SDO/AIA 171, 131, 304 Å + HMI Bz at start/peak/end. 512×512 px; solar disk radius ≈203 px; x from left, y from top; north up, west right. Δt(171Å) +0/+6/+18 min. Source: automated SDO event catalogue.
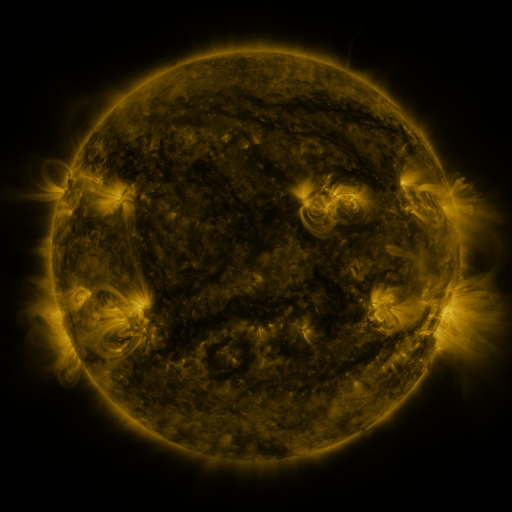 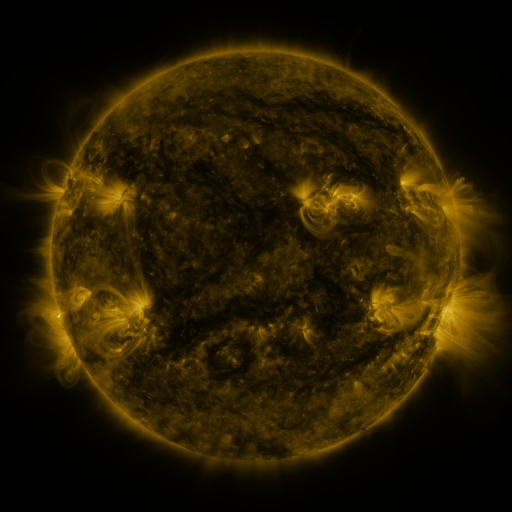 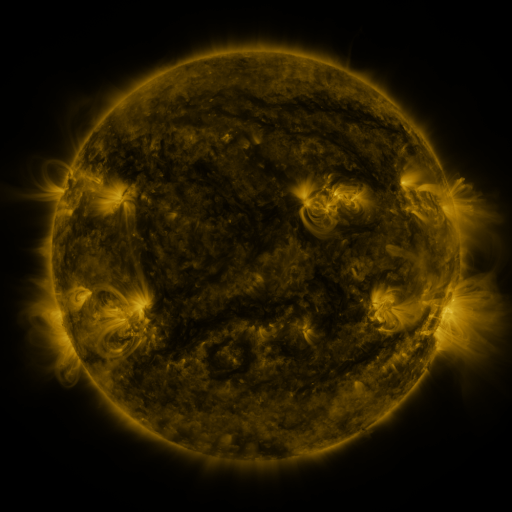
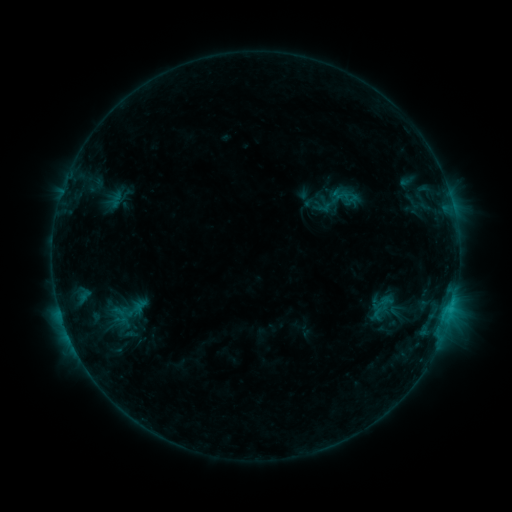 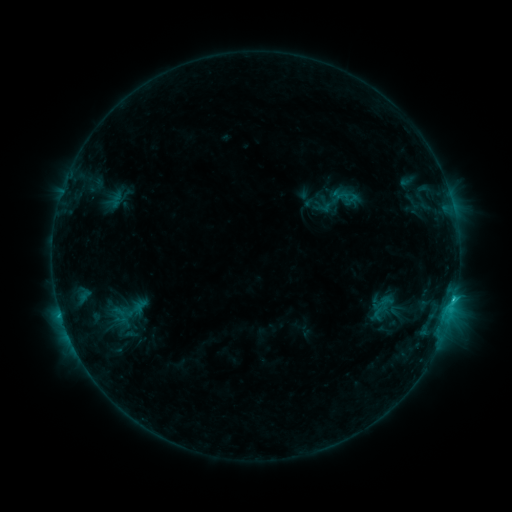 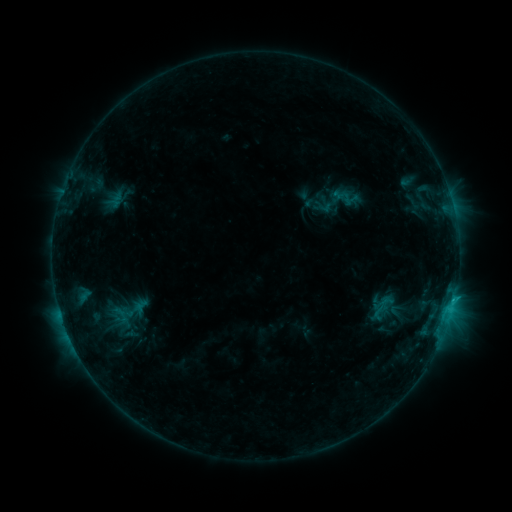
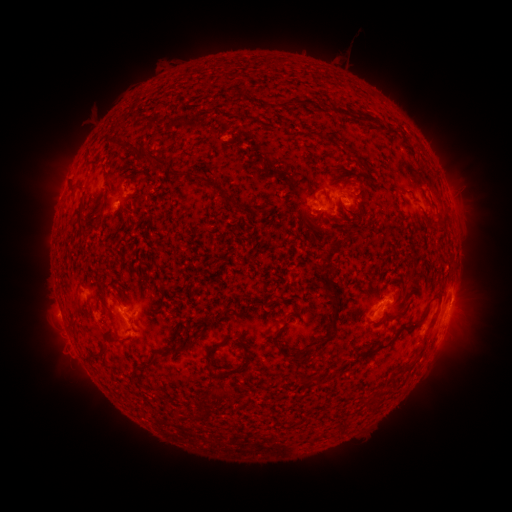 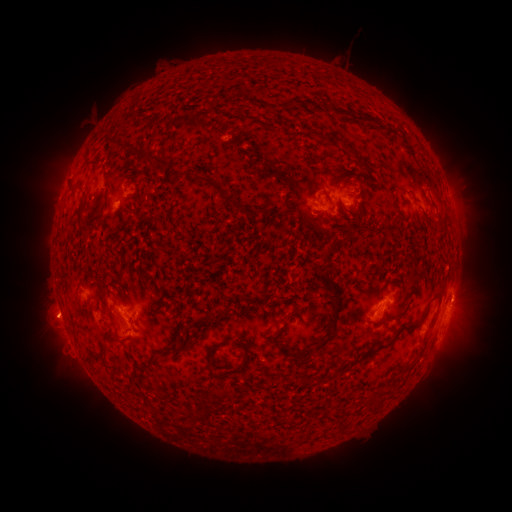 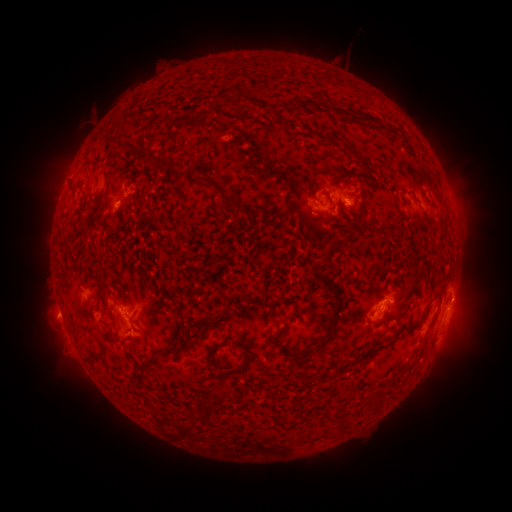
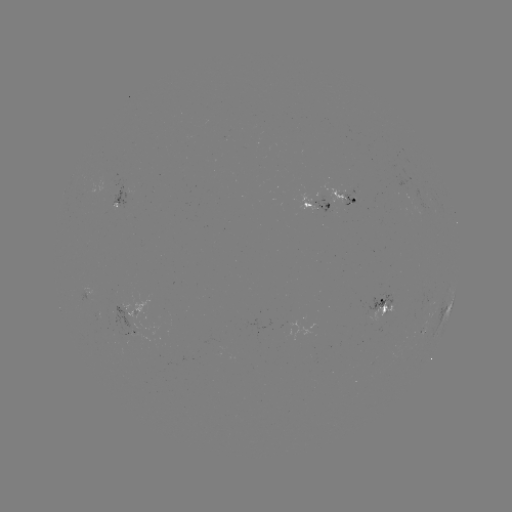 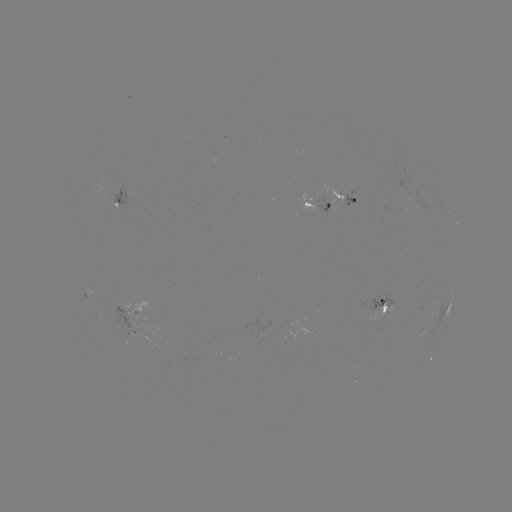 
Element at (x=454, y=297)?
C1.1 flare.